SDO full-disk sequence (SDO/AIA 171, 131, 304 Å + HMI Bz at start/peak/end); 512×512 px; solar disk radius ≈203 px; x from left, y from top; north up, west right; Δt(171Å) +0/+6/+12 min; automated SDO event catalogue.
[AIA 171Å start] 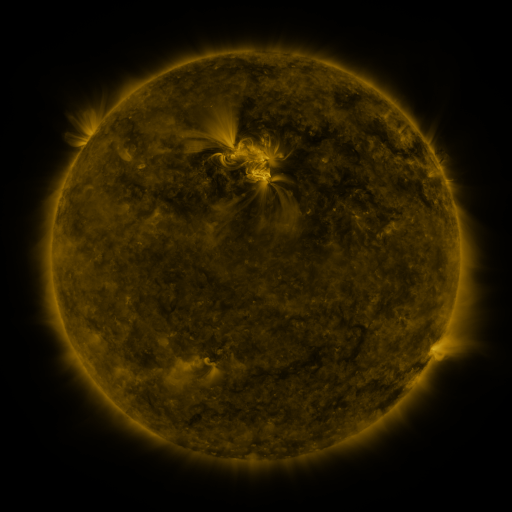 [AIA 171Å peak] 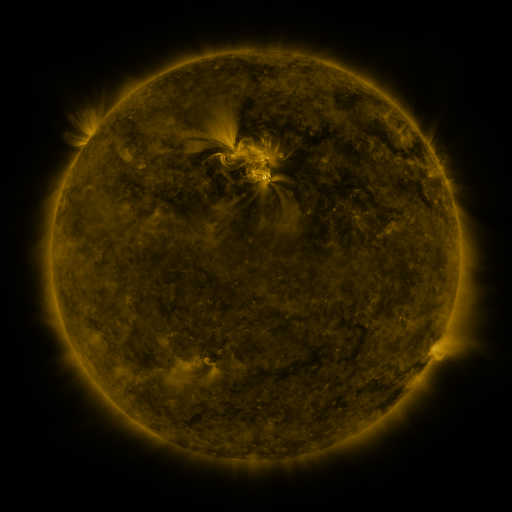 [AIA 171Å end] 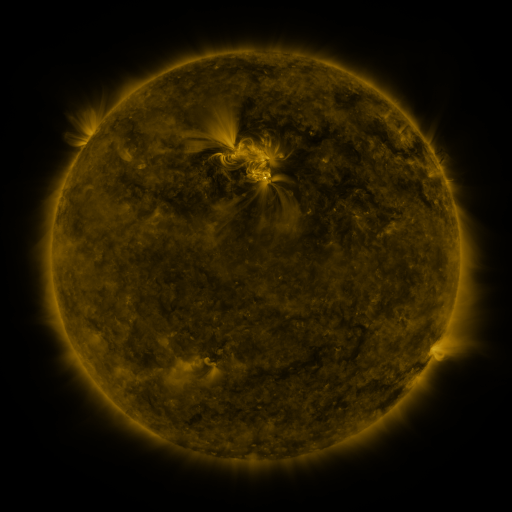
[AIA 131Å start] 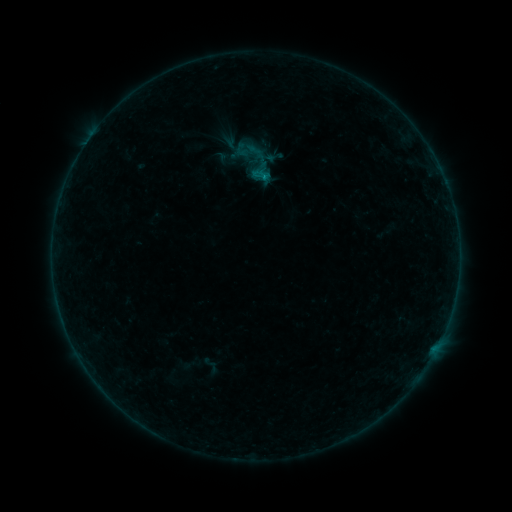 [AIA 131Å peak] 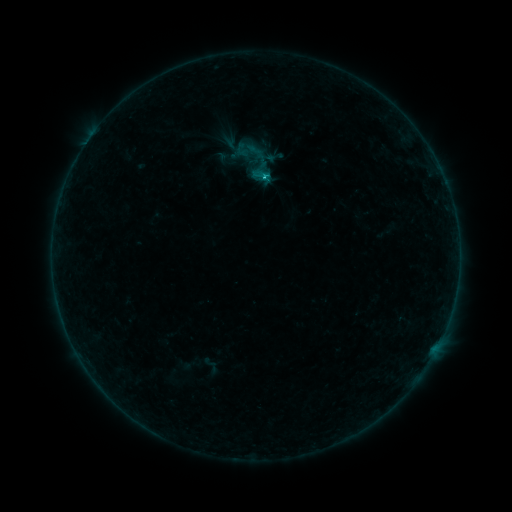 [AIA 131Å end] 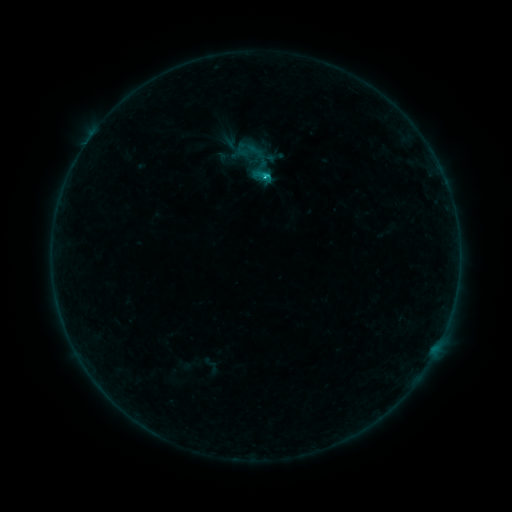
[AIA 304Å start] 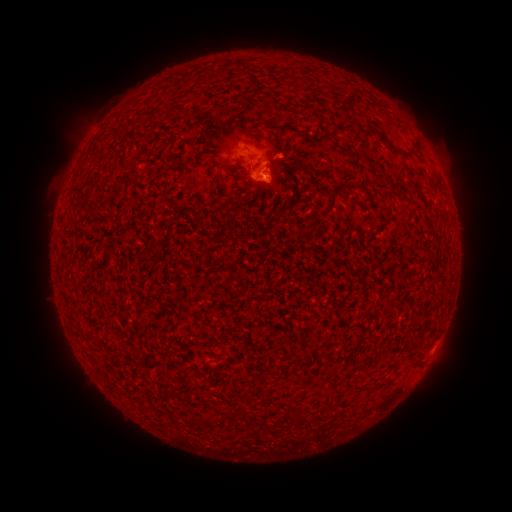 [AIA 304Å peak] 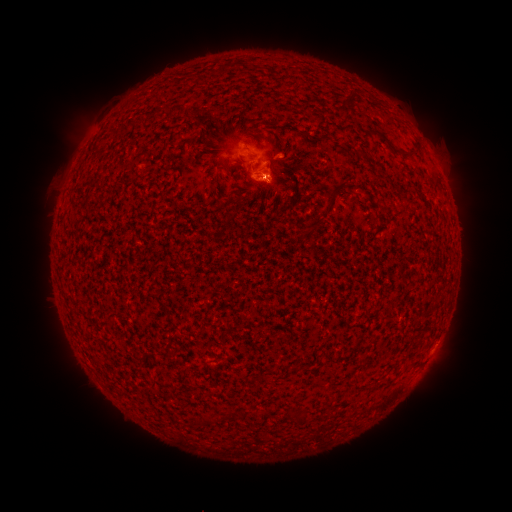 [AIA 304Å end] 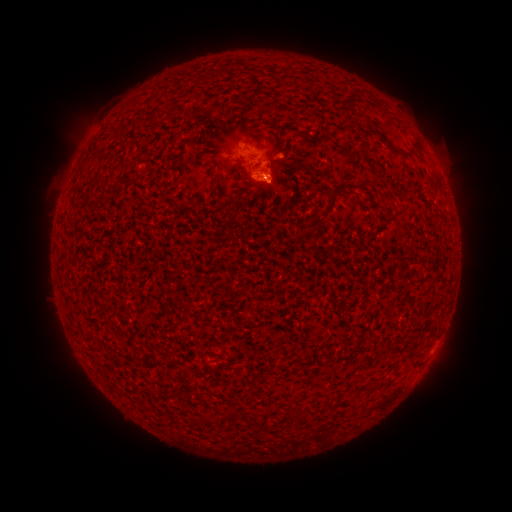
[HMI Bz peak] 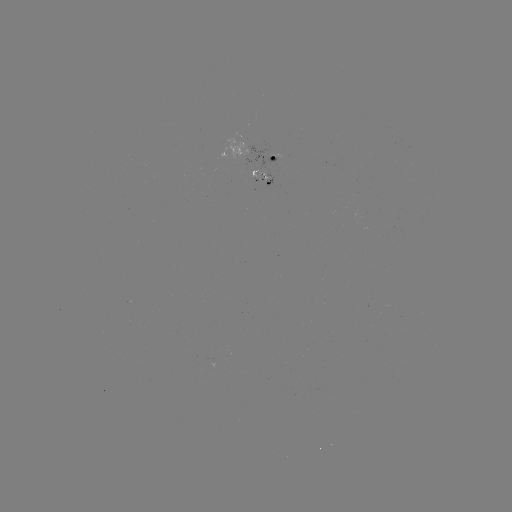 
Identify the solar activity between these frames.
C1.0 flare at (266, 179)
